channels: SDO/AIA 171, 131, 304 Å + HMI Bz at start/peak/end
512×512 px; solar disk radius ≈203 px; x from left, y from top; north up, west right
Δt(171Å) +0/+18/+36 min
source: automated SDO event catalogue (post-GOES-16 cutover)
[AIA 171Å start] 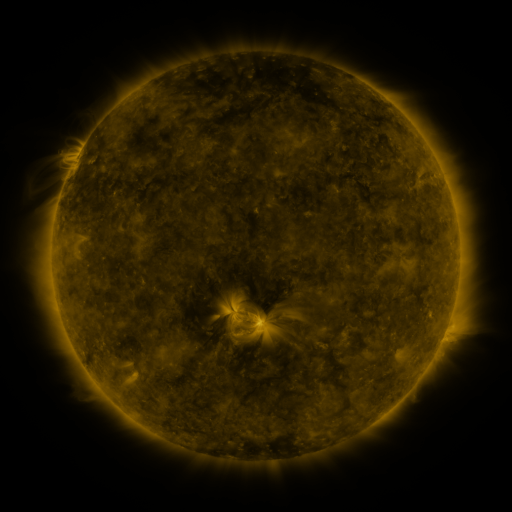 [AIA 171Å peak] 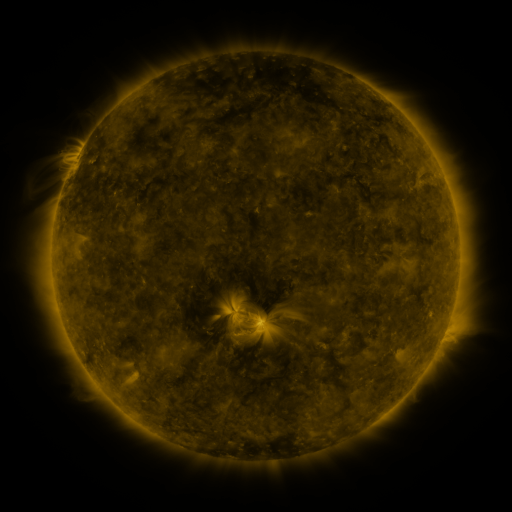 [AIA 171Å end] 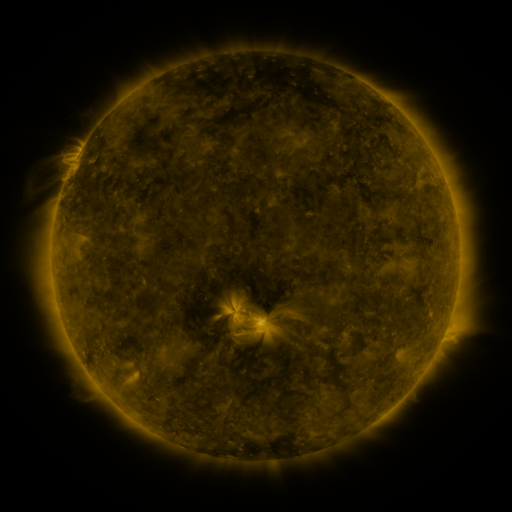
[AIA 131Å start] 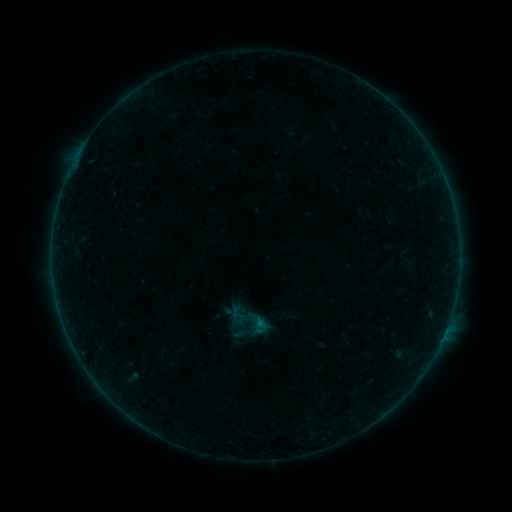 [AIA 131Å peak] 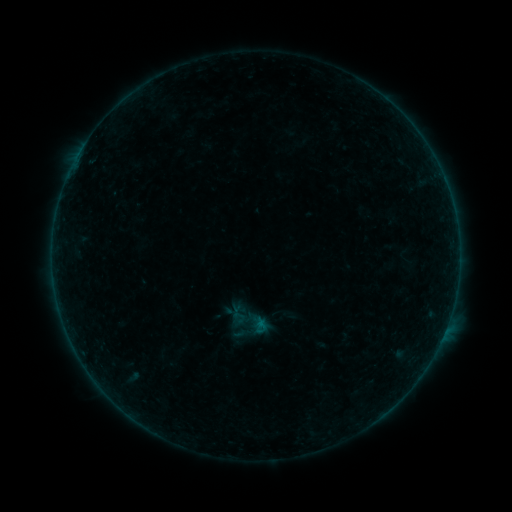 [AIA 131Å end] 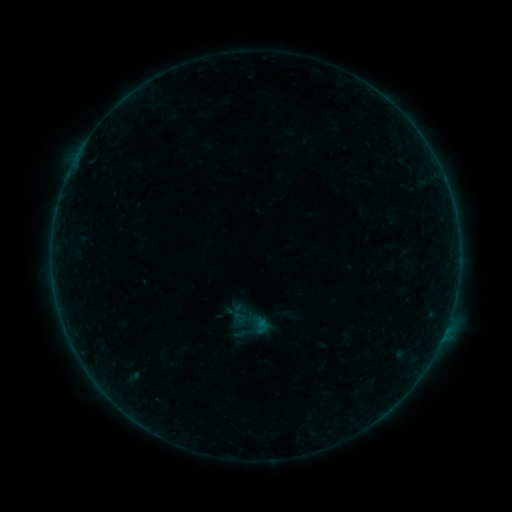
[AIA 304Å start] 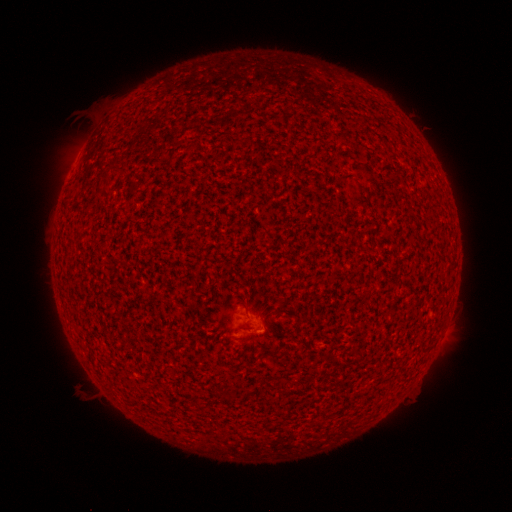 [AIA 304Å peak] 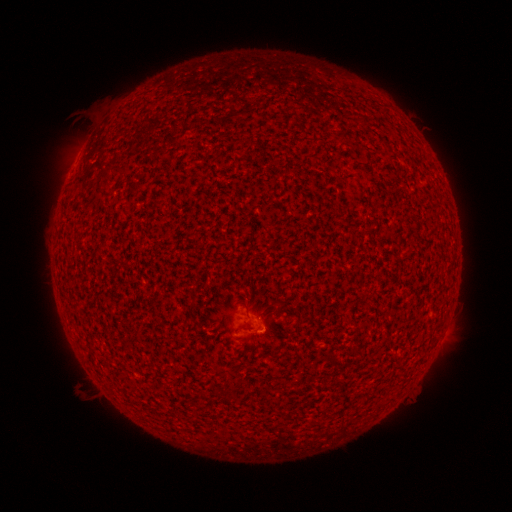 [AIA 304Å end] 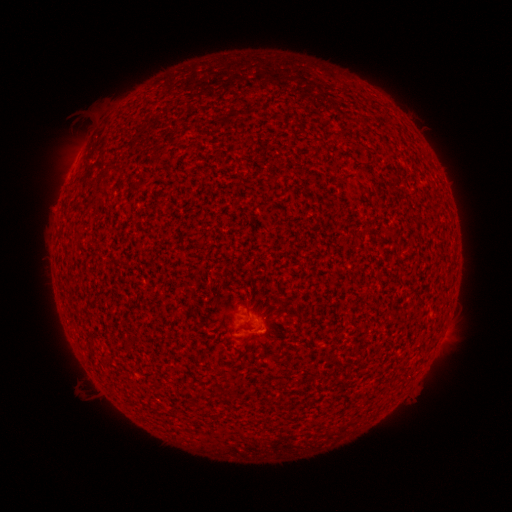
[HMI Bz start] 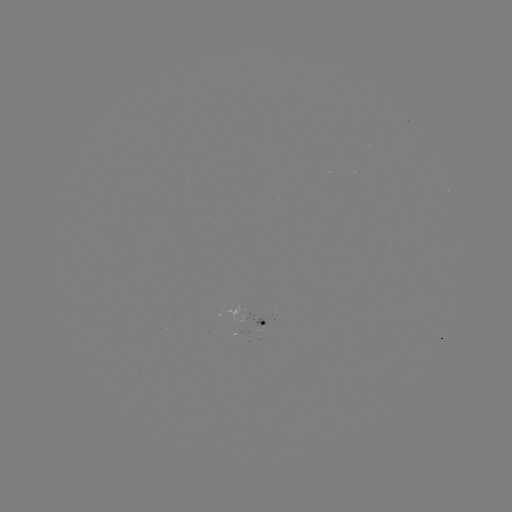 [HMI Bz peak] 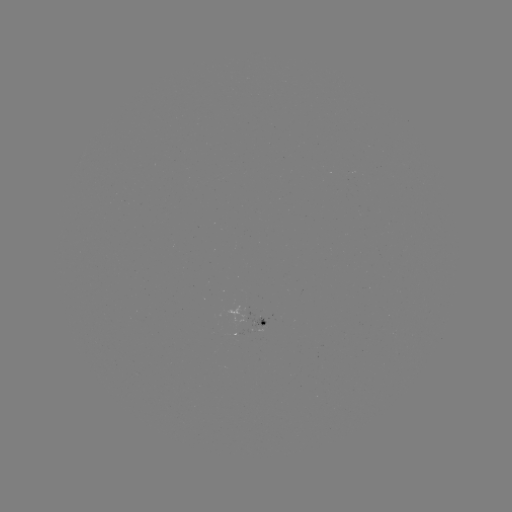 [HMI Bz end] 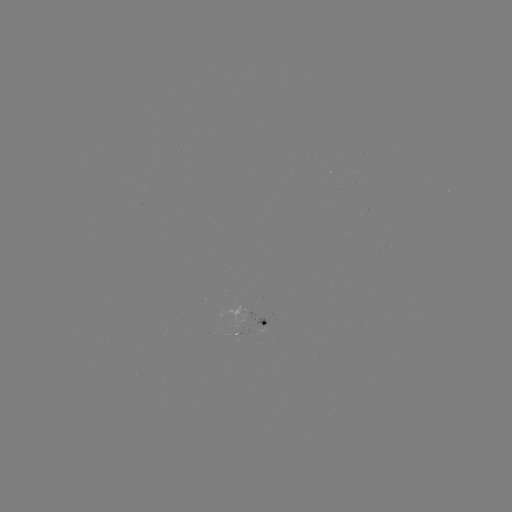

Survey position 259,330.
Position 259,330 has A5.0 flare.